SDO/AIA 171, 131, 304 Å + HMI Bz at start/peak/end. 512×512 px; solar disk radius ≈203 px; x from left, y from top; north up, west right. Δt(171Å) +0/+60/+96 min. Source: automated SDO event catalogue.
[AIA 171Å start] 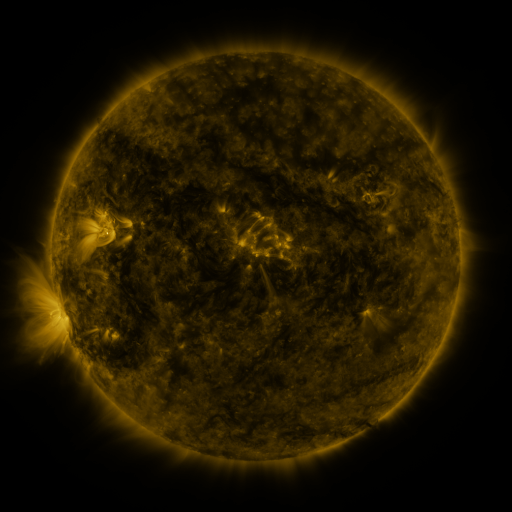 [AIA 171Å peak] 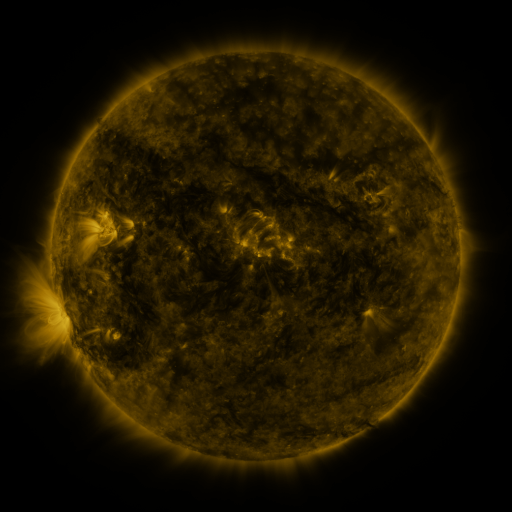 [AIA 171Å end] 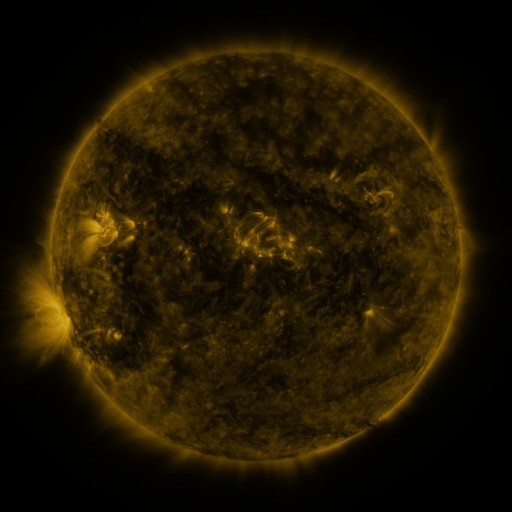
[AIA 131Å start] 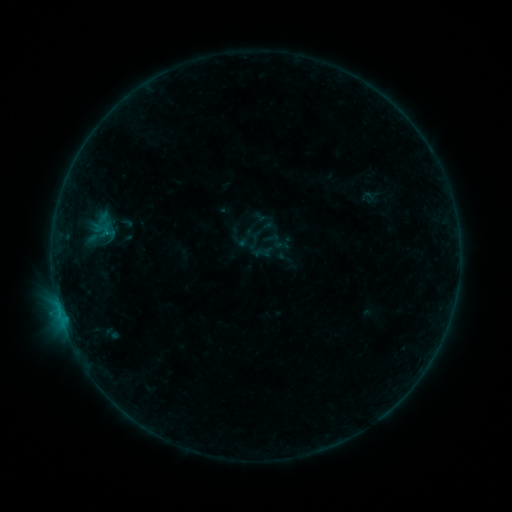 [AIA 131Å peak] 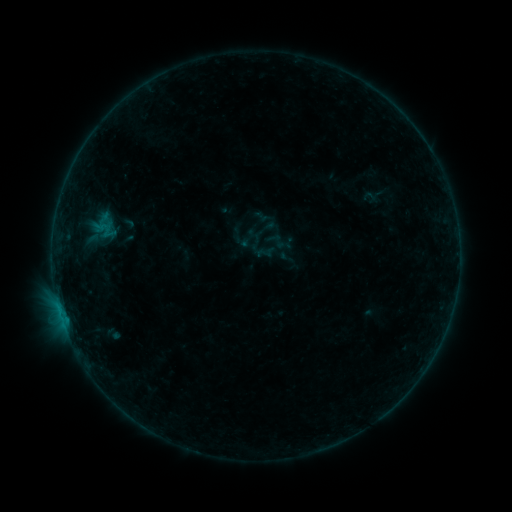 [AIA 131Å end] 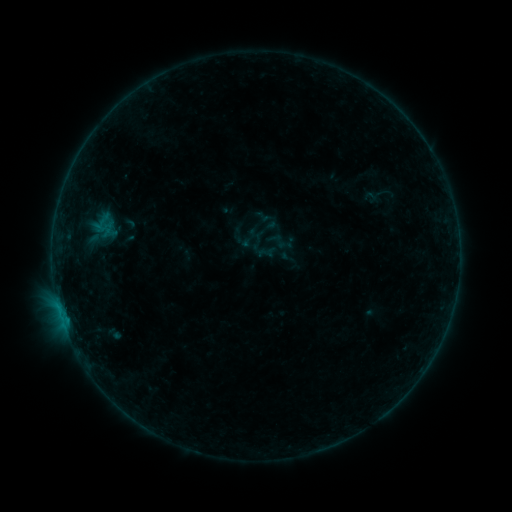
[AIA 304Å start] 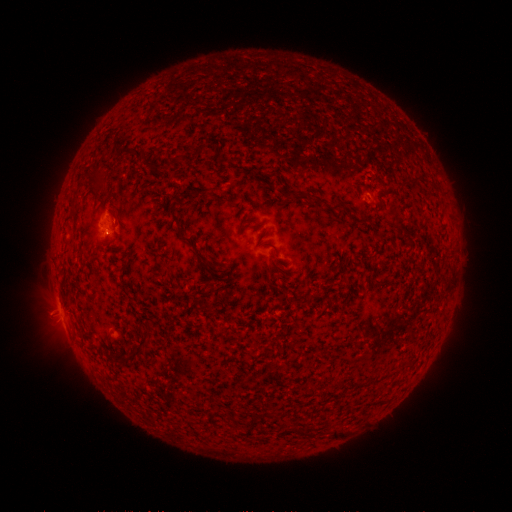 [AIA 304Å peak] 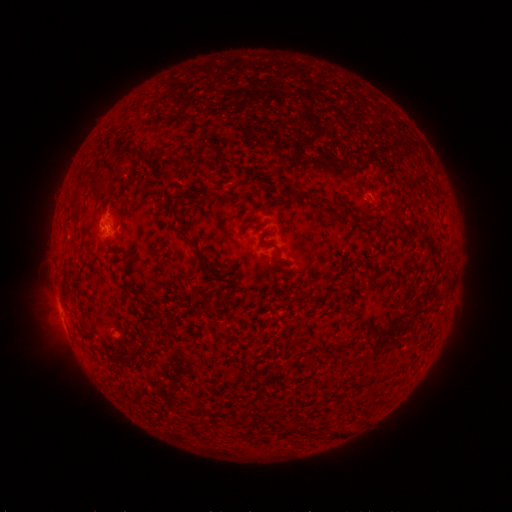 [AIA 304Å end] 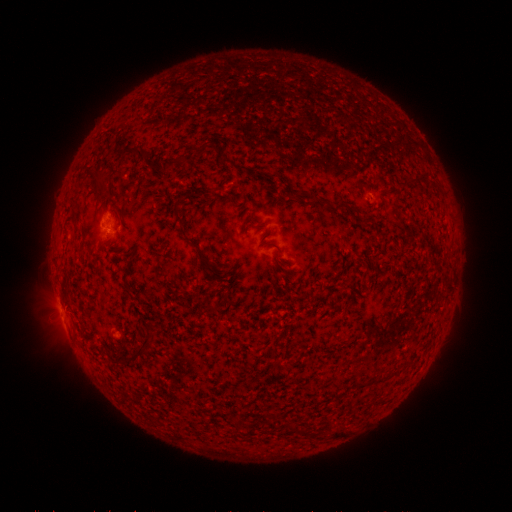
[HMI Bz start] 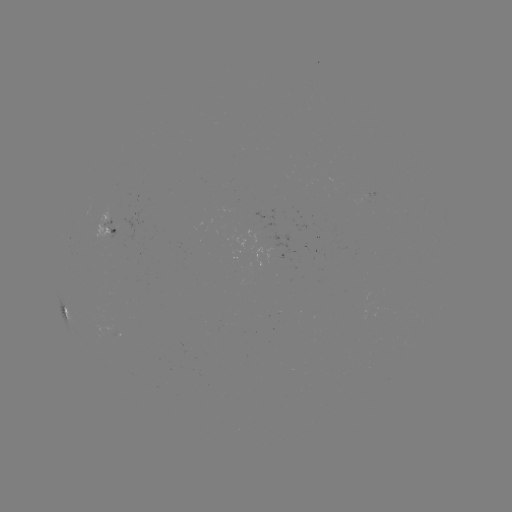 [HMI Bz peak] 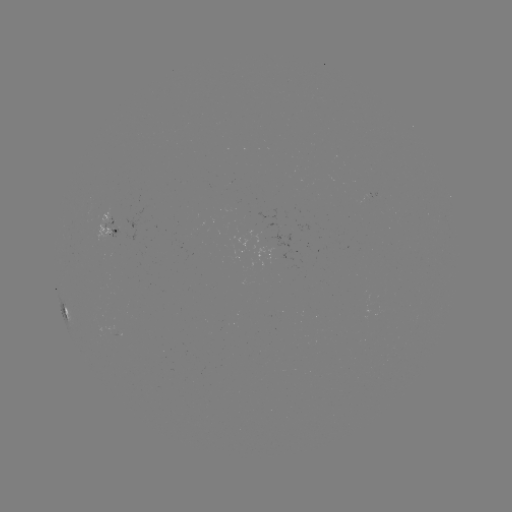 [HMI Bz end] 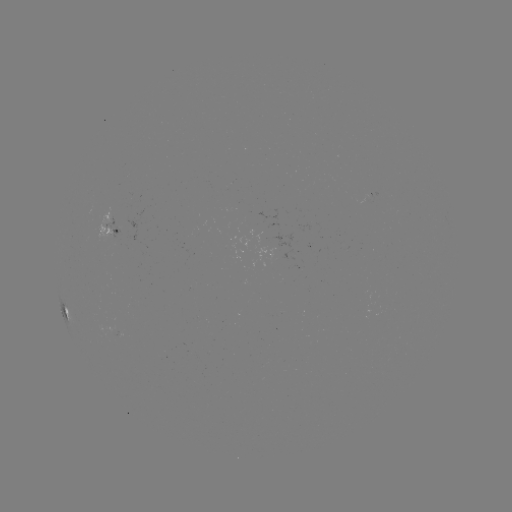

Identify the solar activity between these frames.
emerging-flux region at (119, 334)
